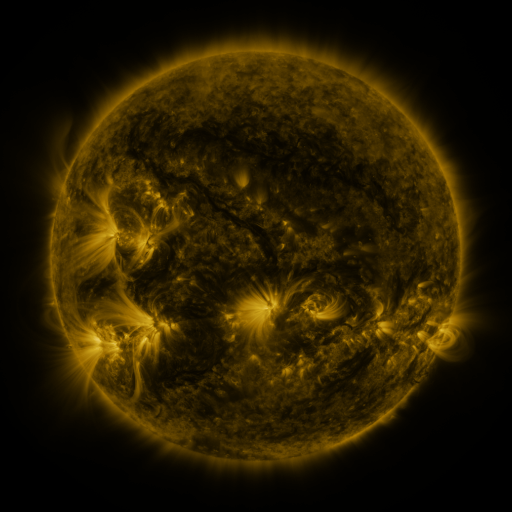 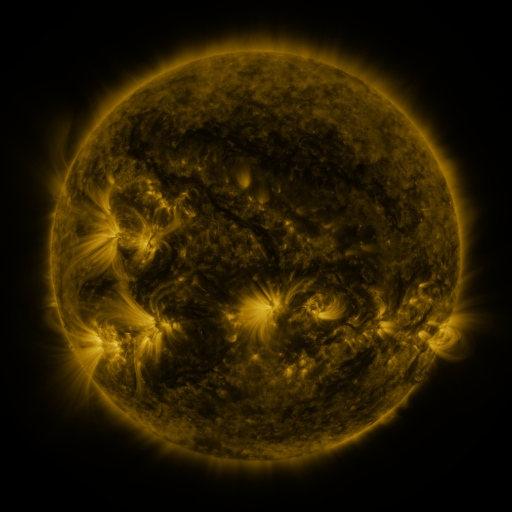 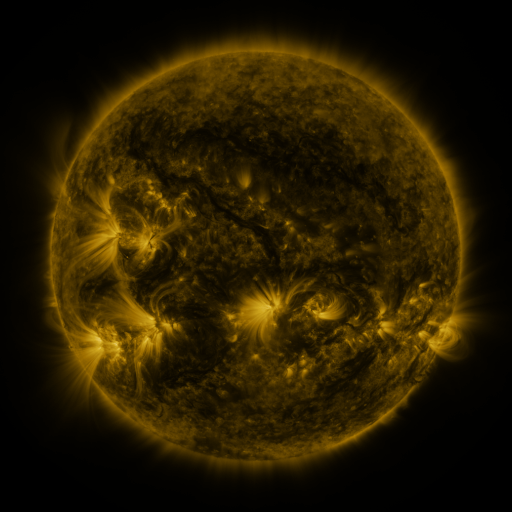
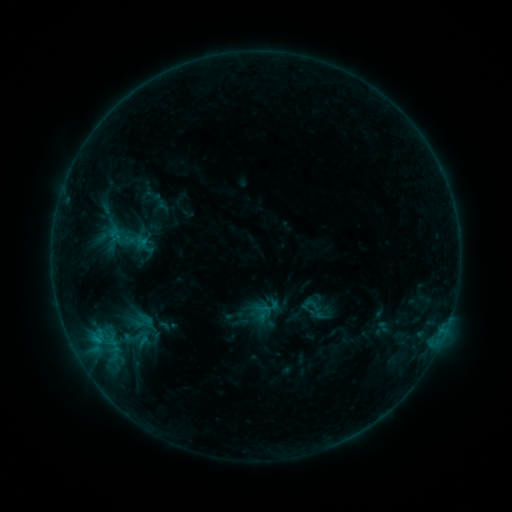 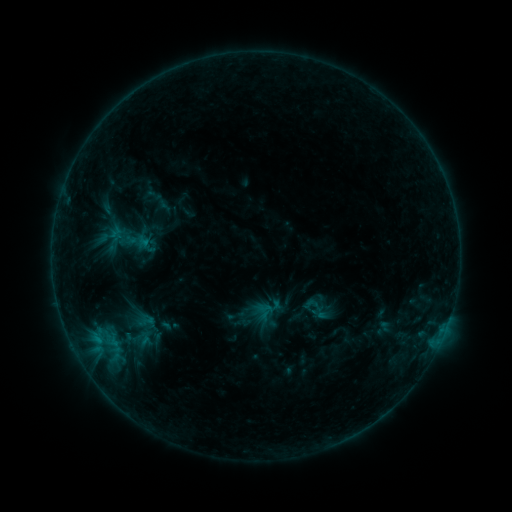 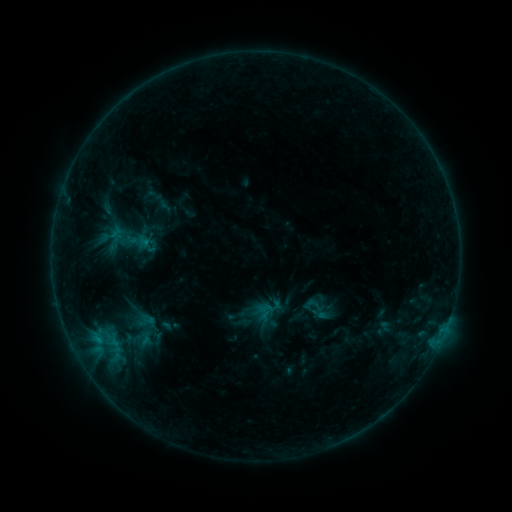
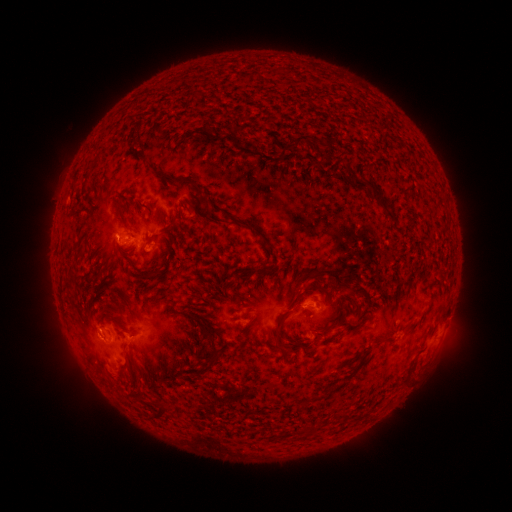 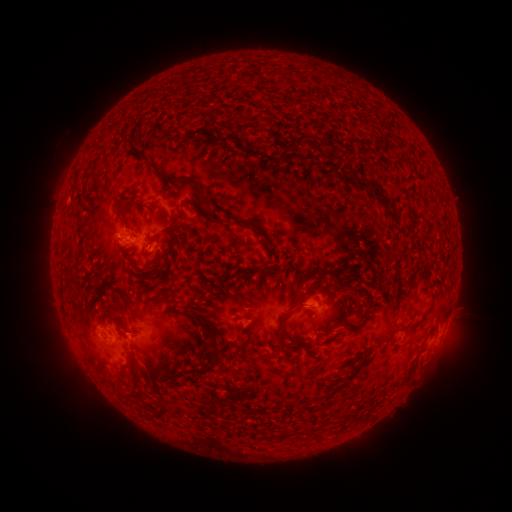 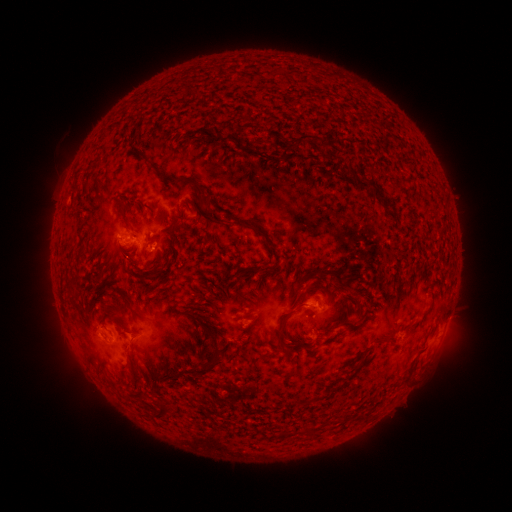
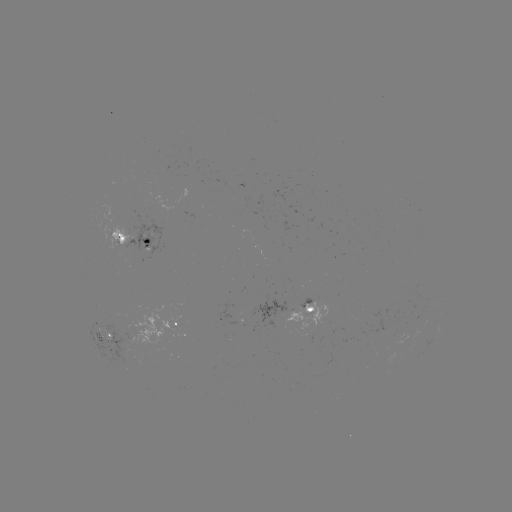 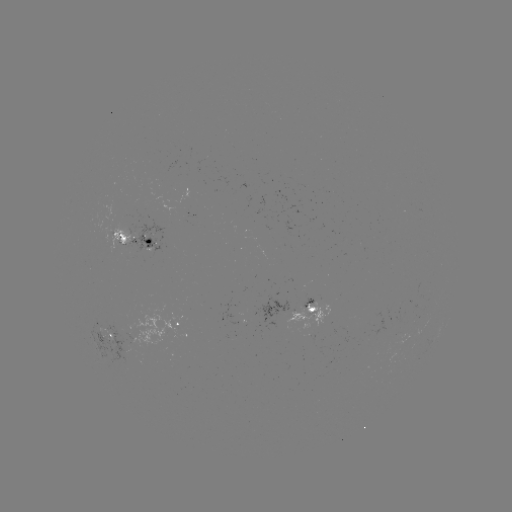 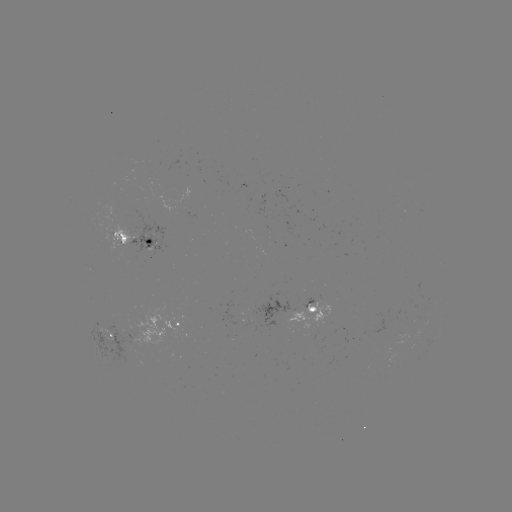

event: emerging-flux region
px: (106, 337)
